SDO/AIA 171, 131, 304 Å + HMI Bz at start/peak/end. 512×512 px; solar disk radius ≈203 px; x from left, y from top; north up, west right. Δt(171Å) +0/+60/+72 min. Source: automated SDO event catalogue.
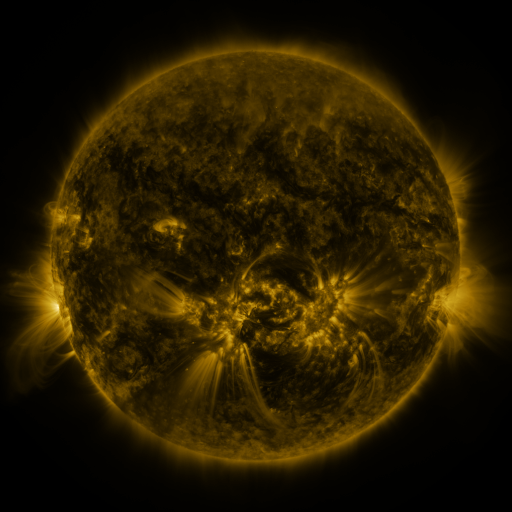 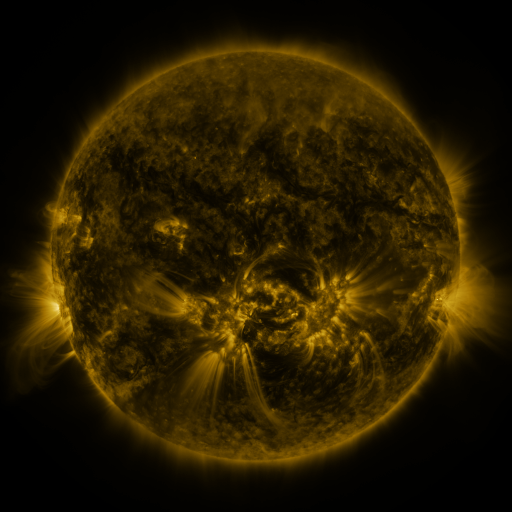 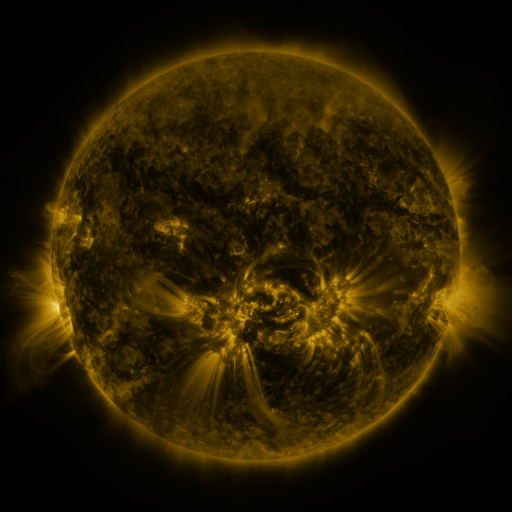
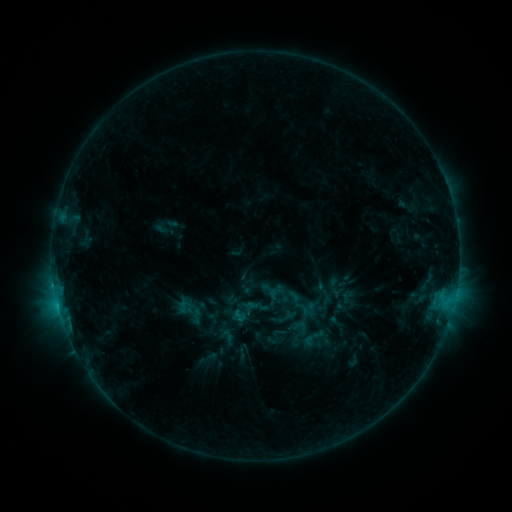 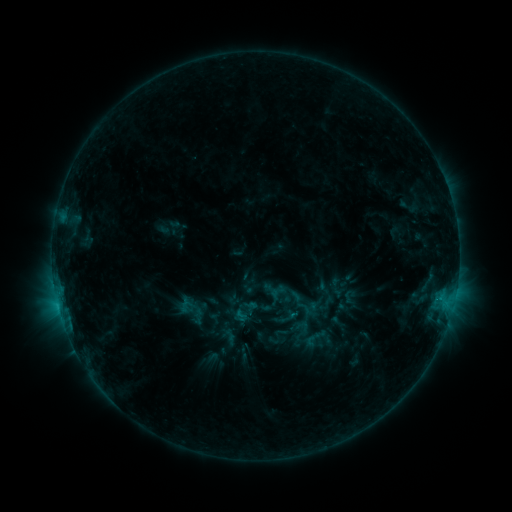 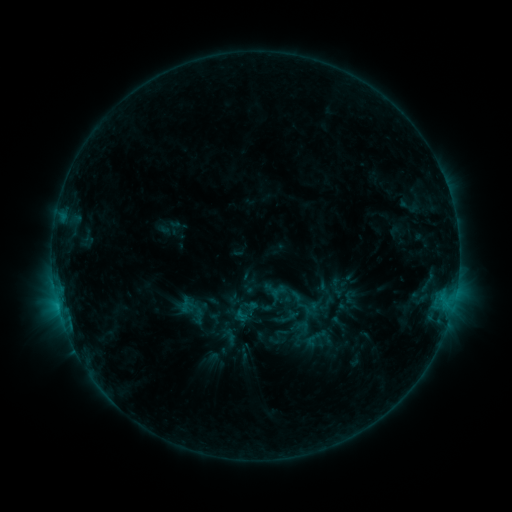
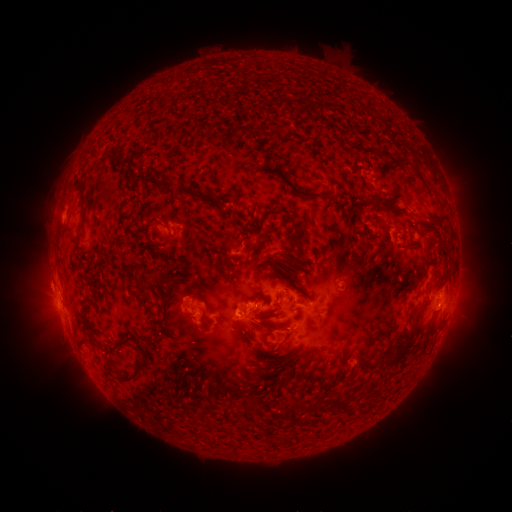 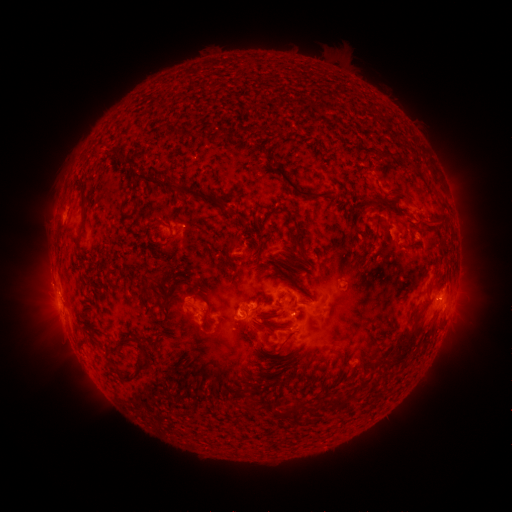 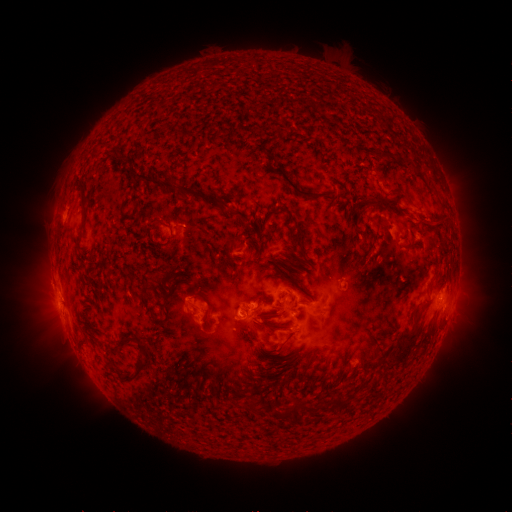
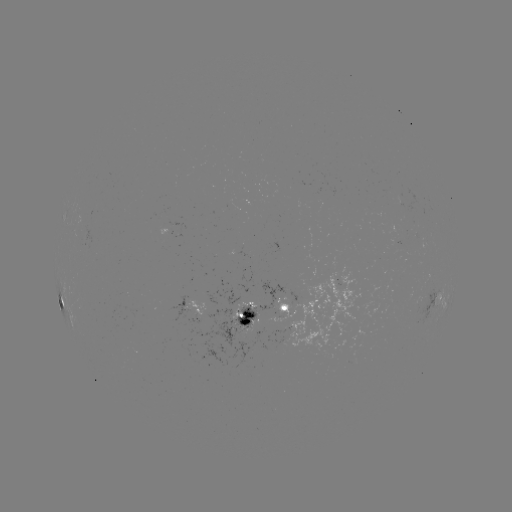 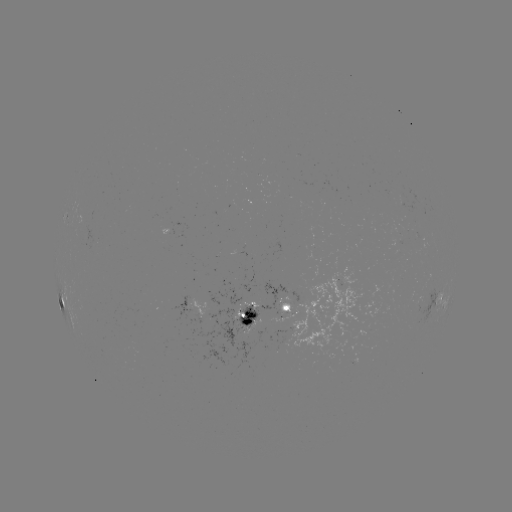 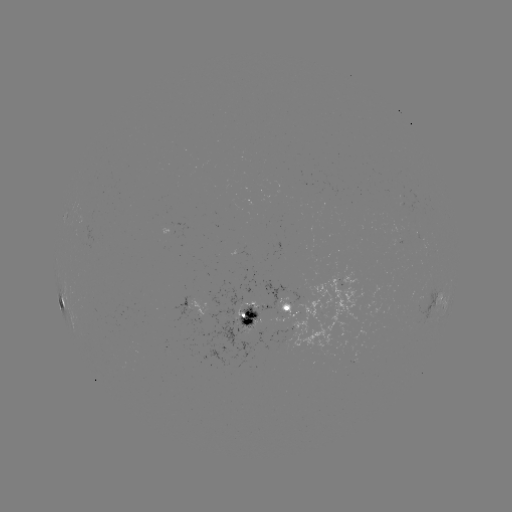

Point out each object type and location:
emerging-flux region: (396, 231)
